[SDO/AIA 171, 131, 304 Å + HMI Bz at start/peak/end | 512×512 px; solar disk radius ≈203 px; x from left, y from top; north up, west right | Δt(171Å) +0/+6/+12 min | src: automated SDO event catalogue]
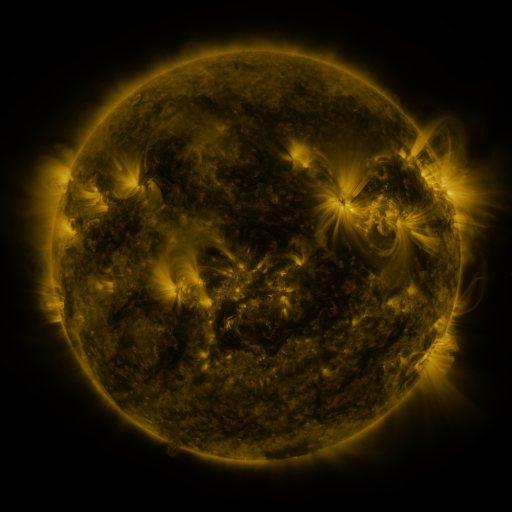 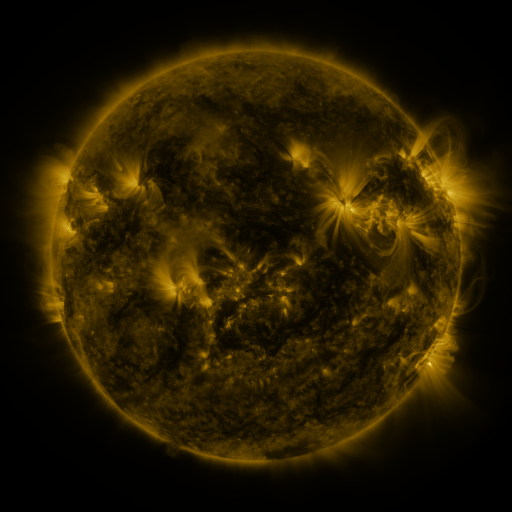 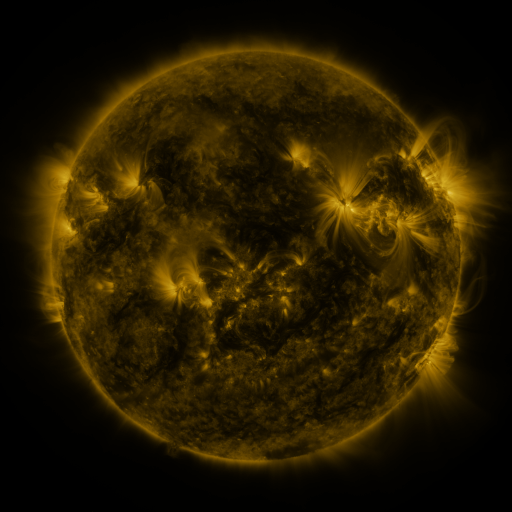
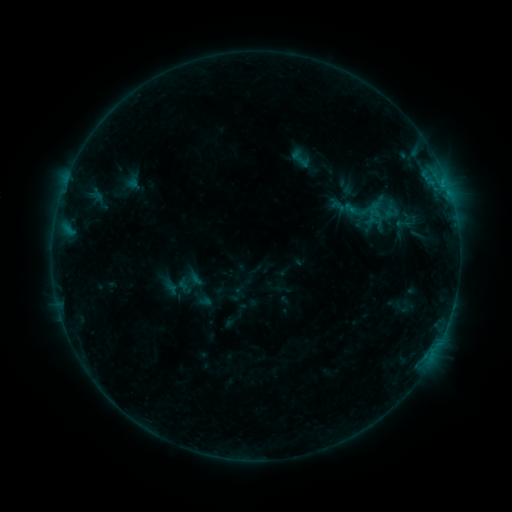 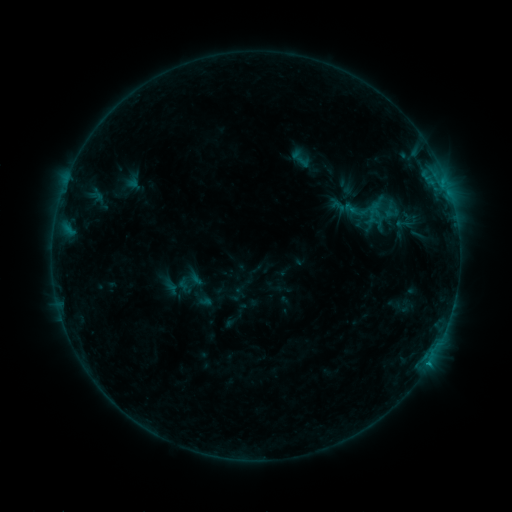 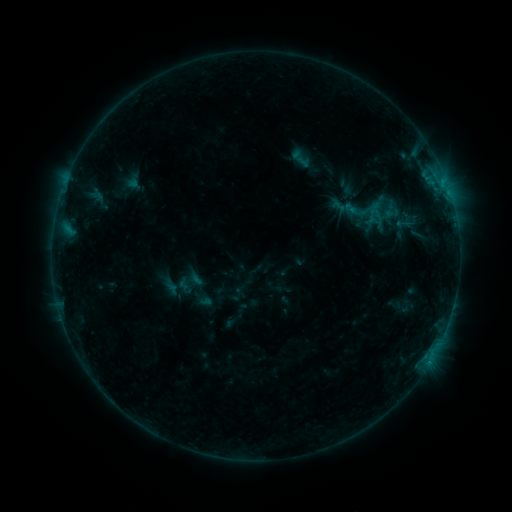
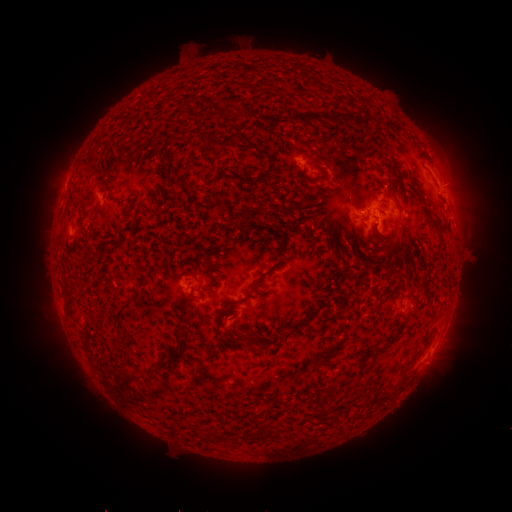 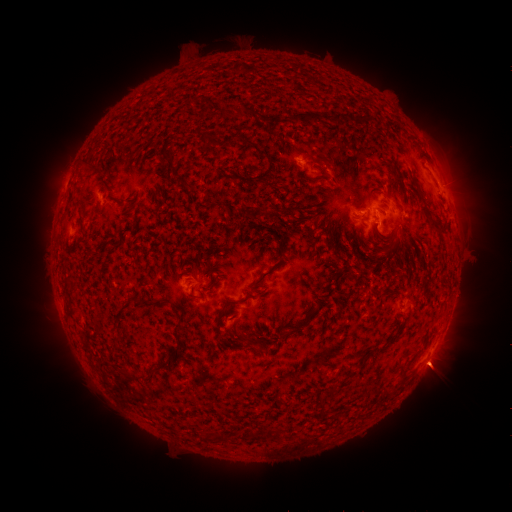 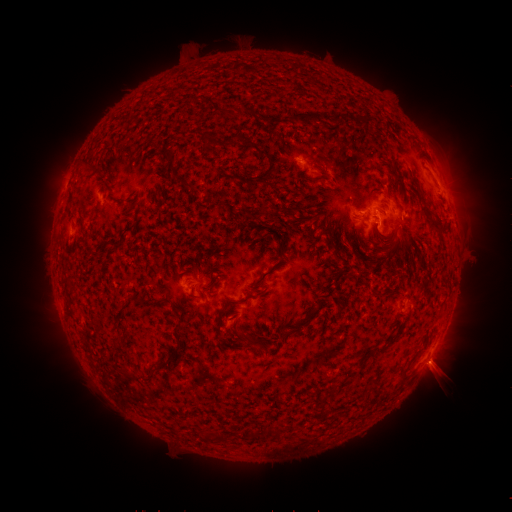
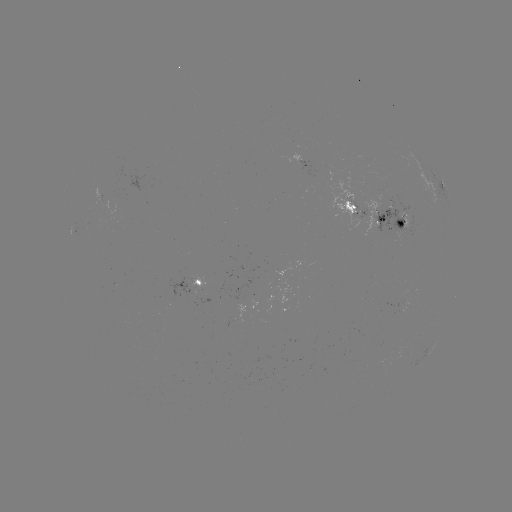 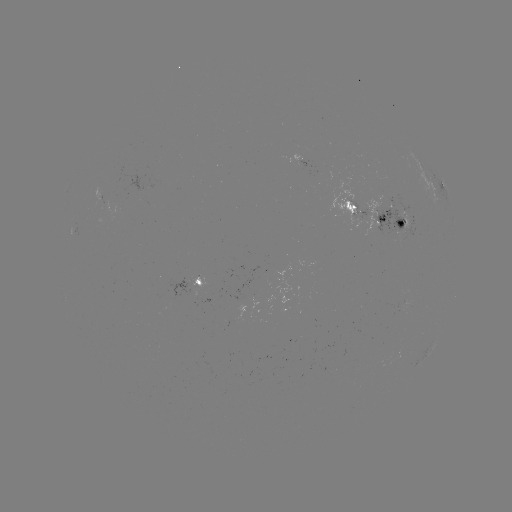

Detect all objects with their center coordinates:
eruption: (440, 370)
